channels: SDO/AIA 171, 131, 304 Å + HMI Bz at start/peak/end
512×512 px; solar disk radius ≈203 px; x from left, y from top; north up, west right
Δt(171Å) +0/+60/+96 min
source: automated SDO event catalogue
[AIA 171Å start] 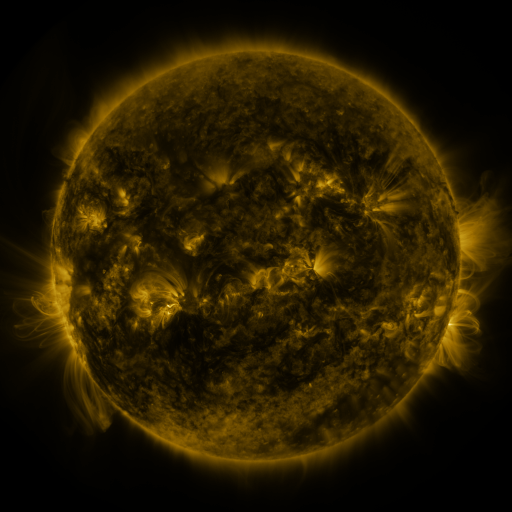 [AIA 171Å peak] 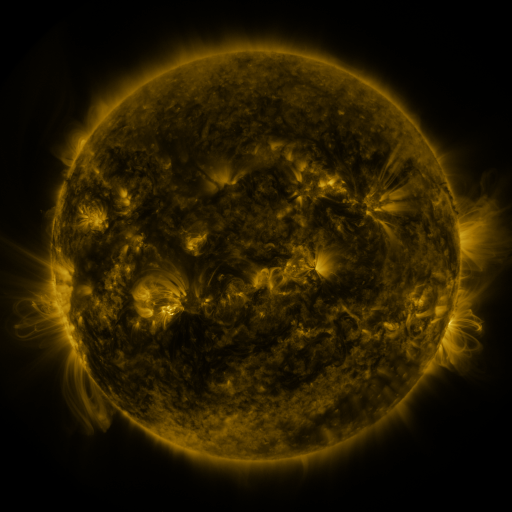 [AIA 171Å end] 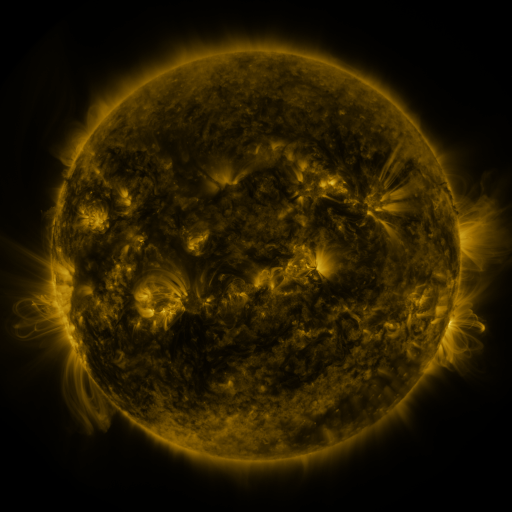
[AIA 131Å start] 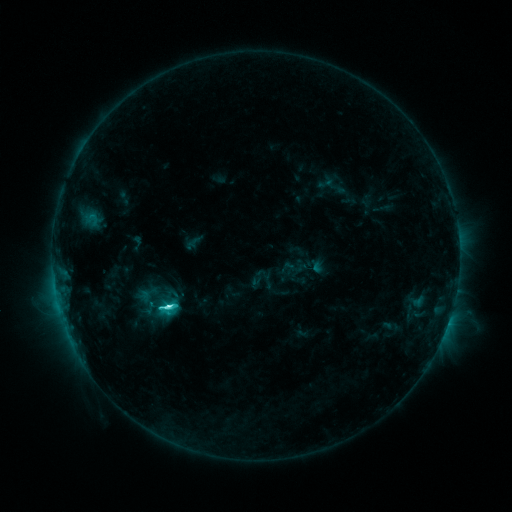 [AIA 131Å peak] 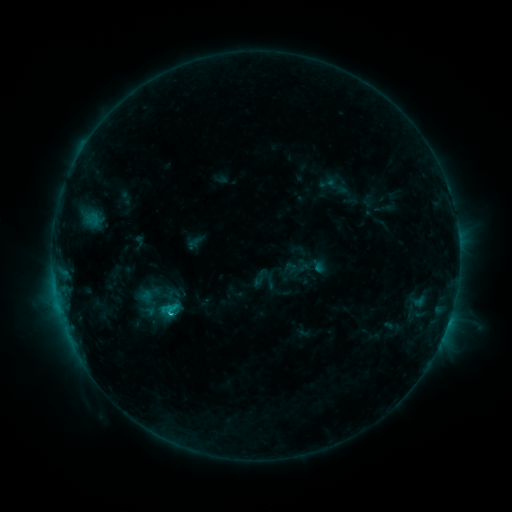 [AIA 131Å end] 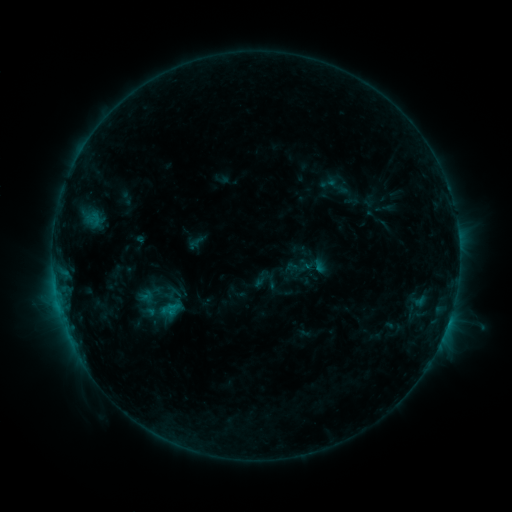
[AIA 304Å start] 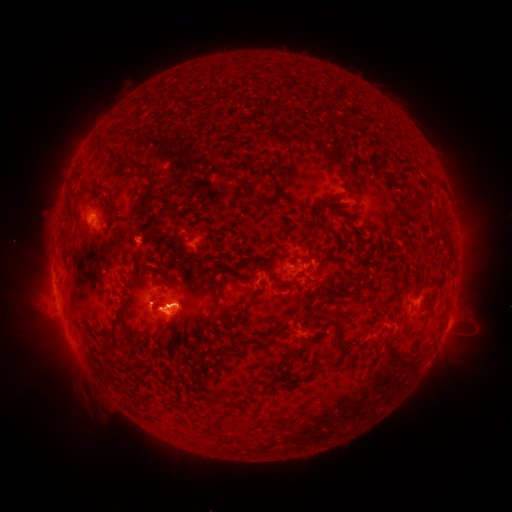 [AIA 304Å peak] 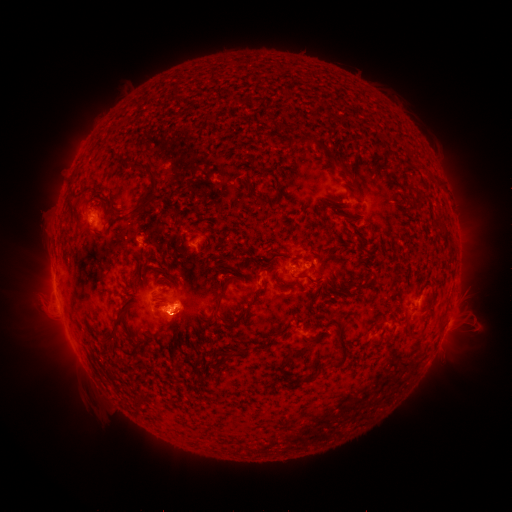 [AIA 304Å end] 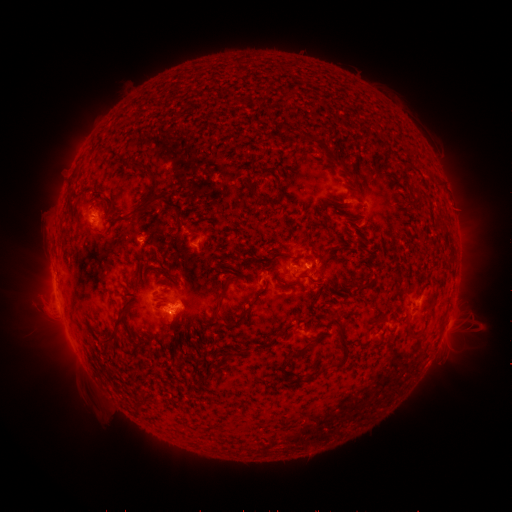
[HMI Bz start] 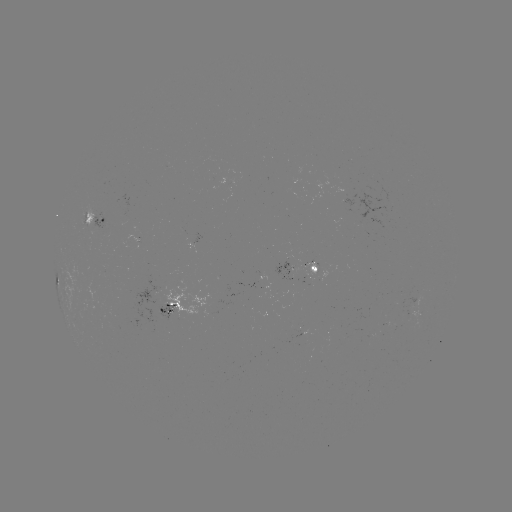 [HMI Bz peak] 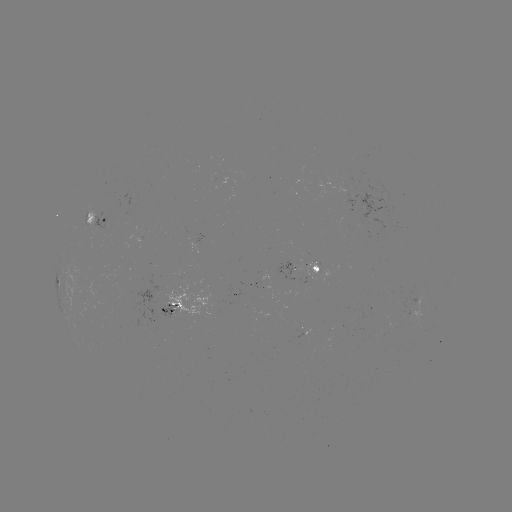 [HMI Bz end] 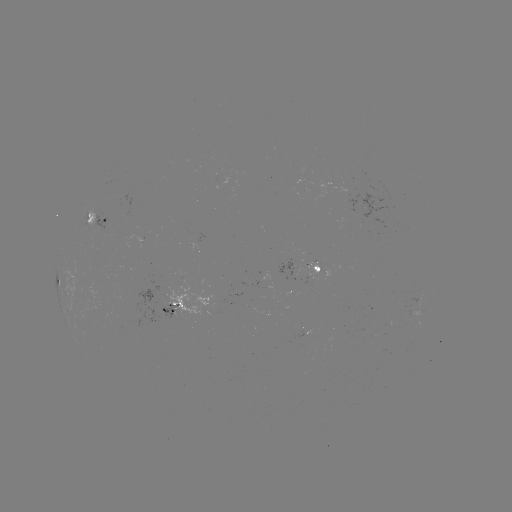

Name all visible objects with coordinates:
emerging-flux region: (167, 307)
